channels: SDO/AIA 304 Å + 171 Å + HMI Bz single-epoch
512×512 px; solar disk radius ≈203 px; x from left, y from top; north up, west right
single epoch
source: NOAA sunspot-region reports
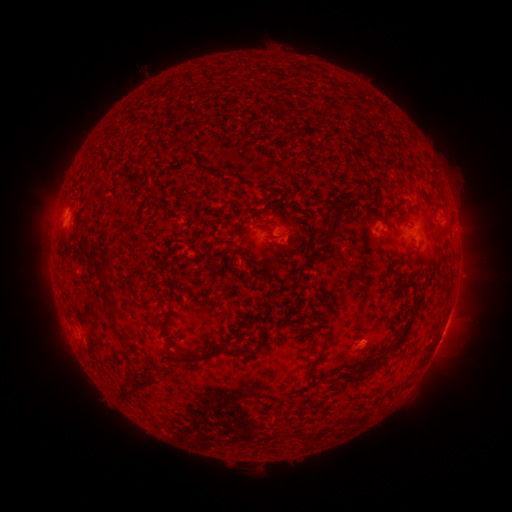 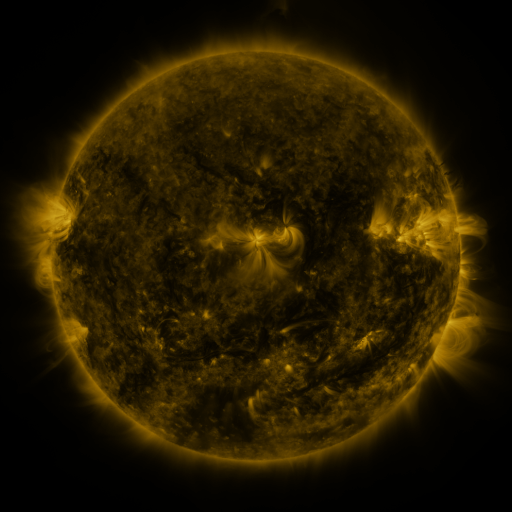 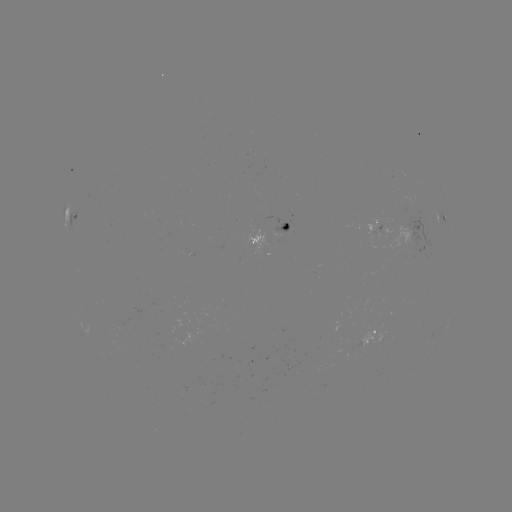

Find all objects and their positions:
spotted active region: (72, 215)
spotted active region: (443, 217)
spotted active region: (455, 227)
spotted active region: (276, 236)
spotted active region: (412, 242)
spotted active region: (372, 339)
